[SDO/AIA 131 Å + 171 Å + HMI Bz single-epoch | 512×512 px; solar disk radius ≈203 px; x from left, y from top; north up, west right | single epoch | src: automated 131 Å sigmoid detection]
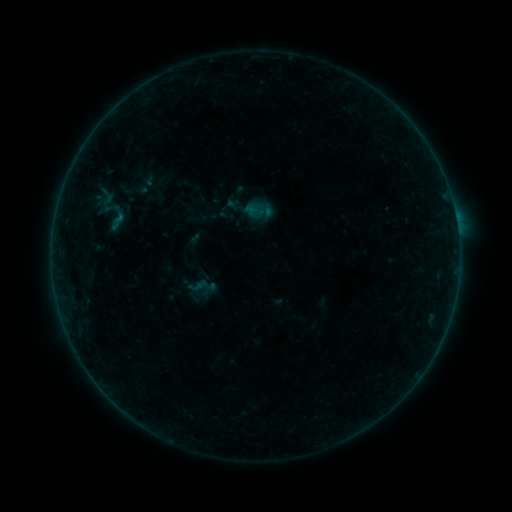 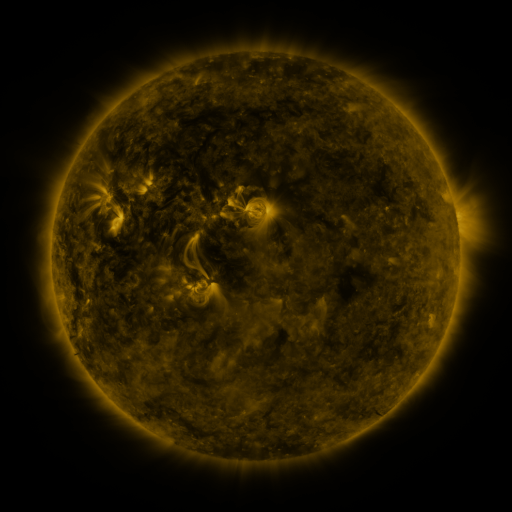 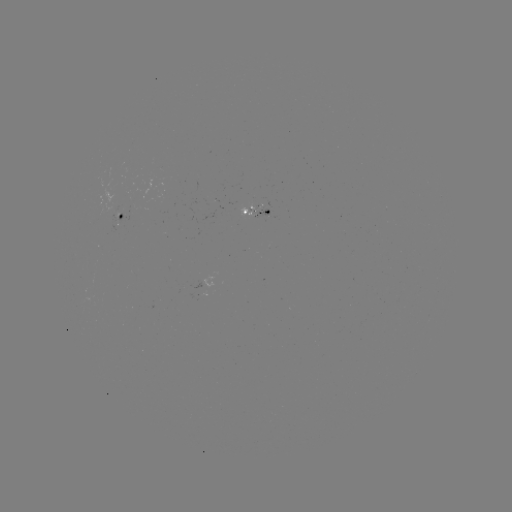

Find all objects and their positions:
sigmoid: <bbox>98, 193, 117, 212</bbox>
sigmoid: <bbox>186, 274, 214, 300</bbox>
